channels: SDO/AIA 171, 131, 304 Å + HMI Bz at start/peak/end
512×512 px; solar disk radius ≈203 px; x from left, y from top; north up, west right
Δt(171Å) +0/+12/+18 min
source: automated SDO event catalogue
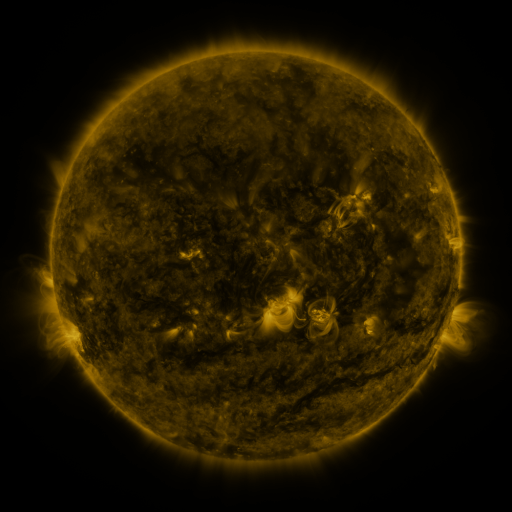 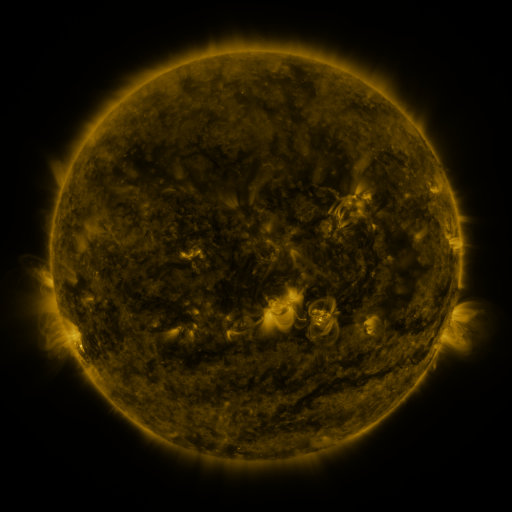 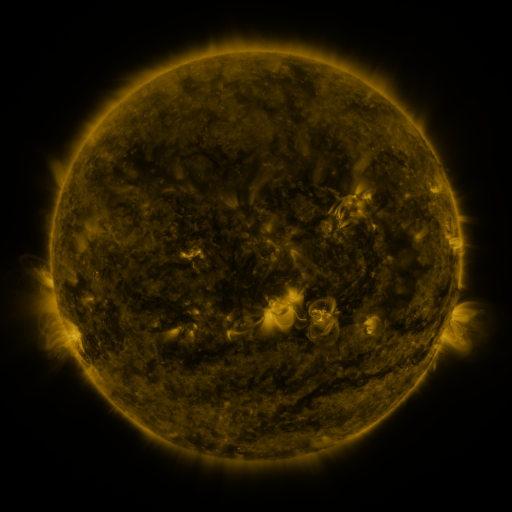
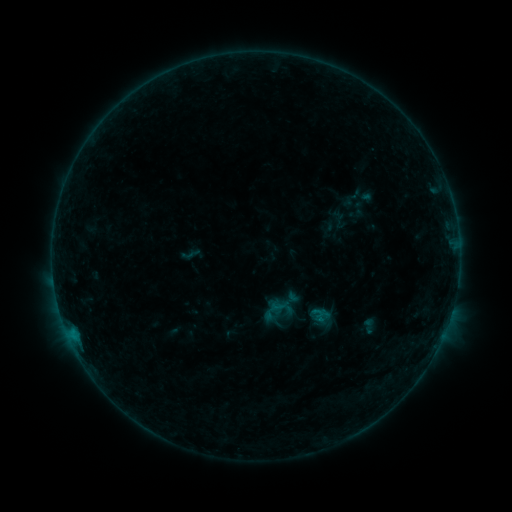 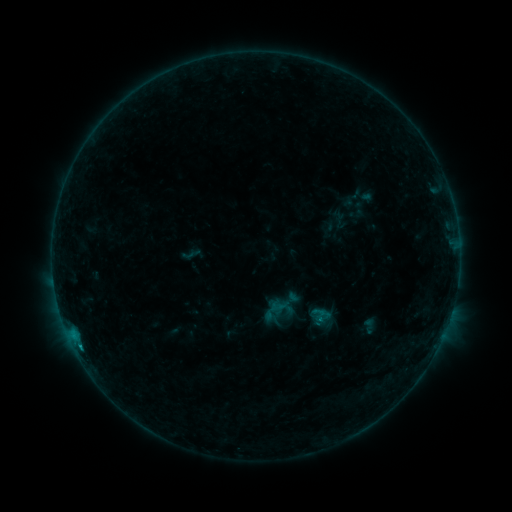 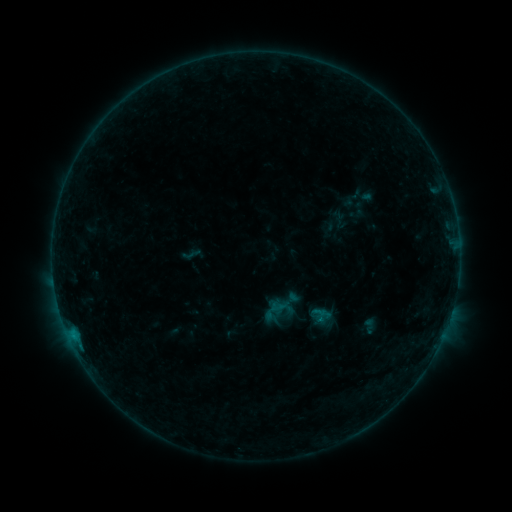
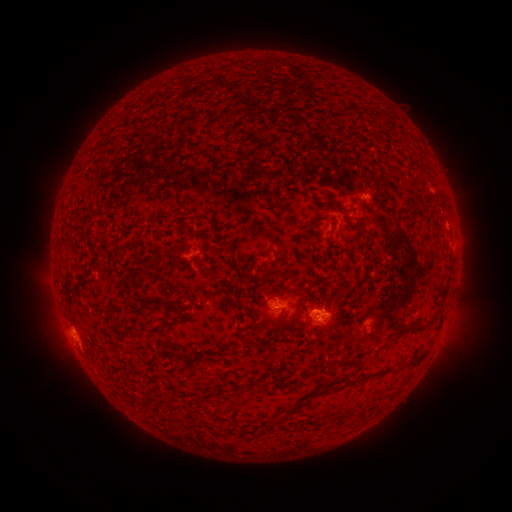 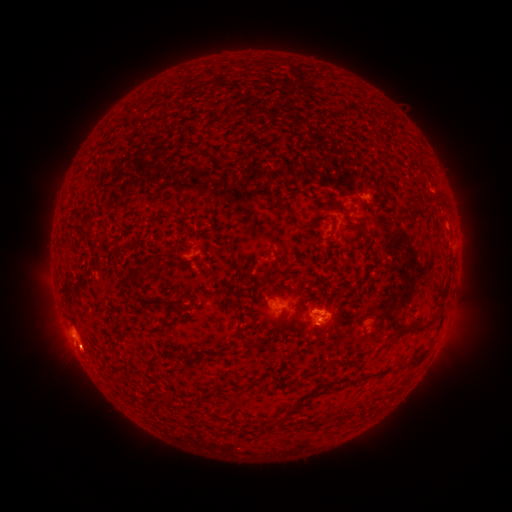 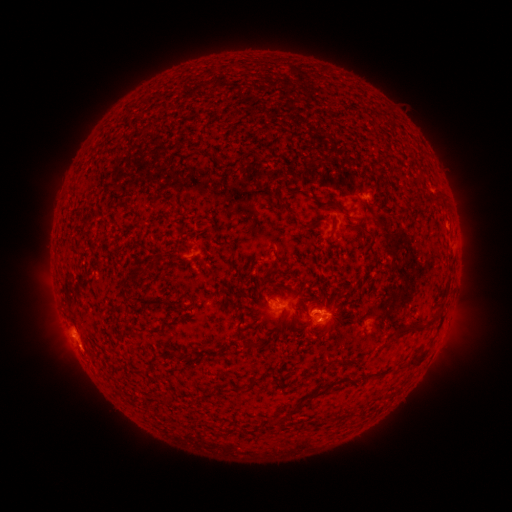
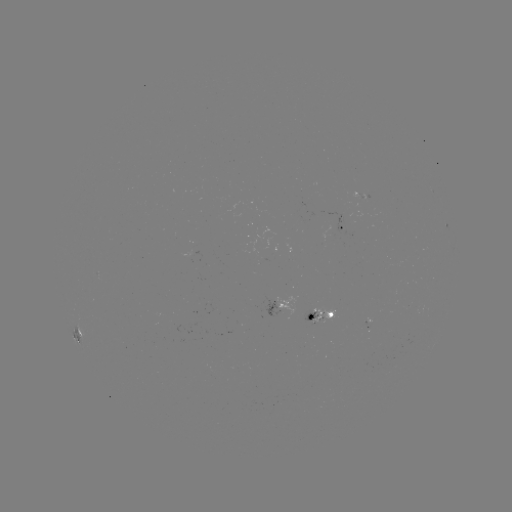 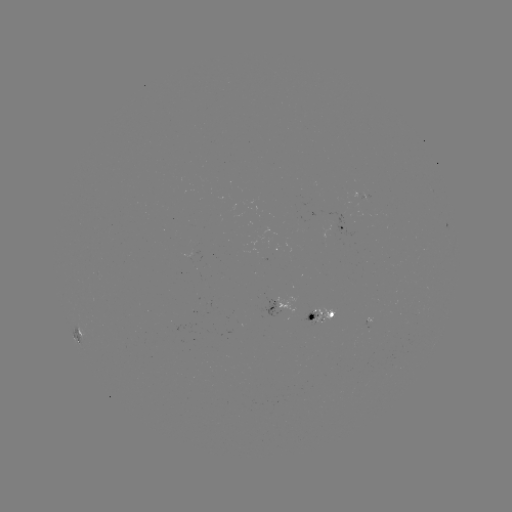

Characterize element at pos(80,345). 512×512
B3.6 flare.